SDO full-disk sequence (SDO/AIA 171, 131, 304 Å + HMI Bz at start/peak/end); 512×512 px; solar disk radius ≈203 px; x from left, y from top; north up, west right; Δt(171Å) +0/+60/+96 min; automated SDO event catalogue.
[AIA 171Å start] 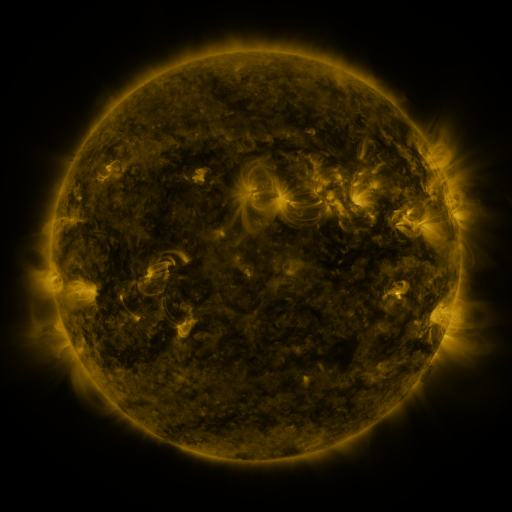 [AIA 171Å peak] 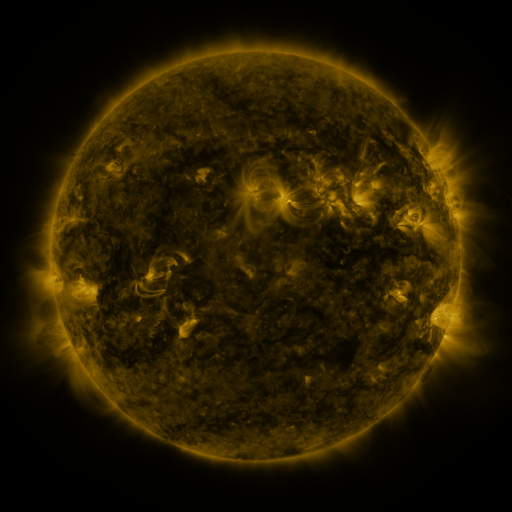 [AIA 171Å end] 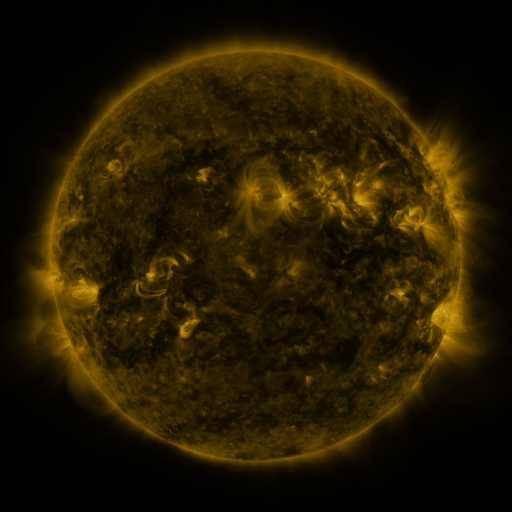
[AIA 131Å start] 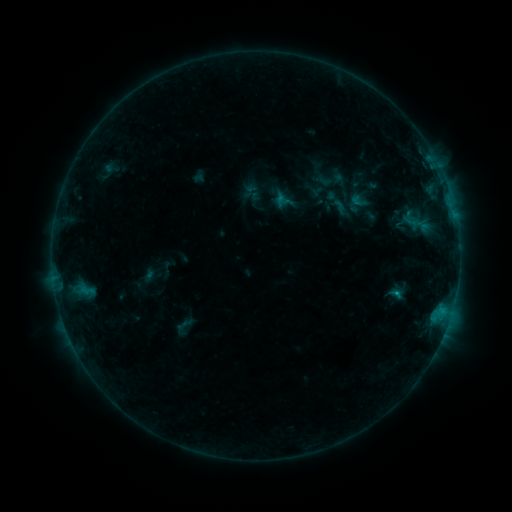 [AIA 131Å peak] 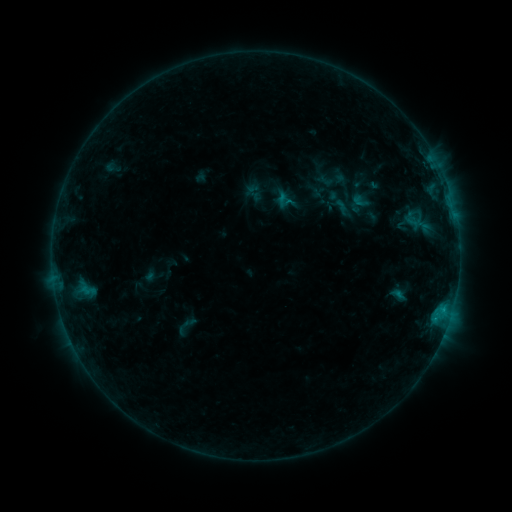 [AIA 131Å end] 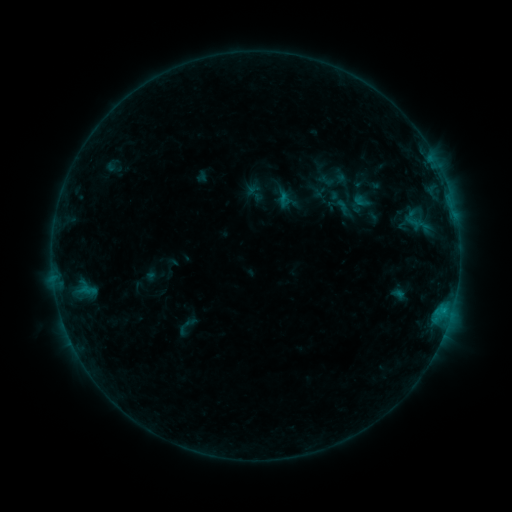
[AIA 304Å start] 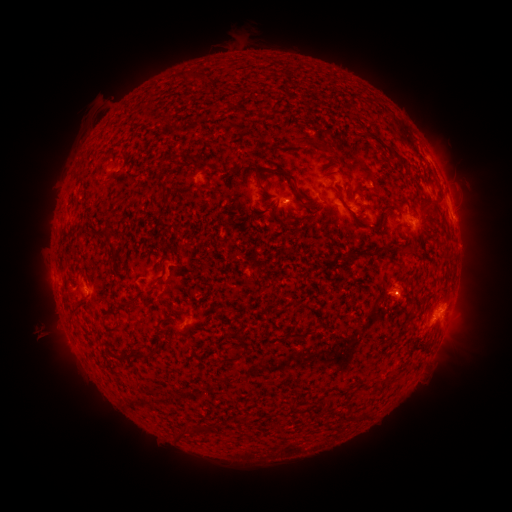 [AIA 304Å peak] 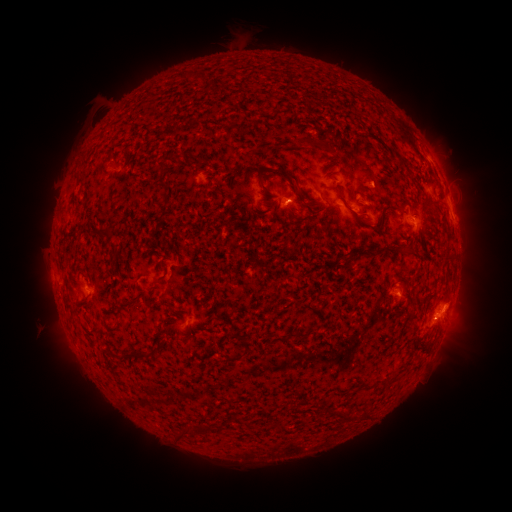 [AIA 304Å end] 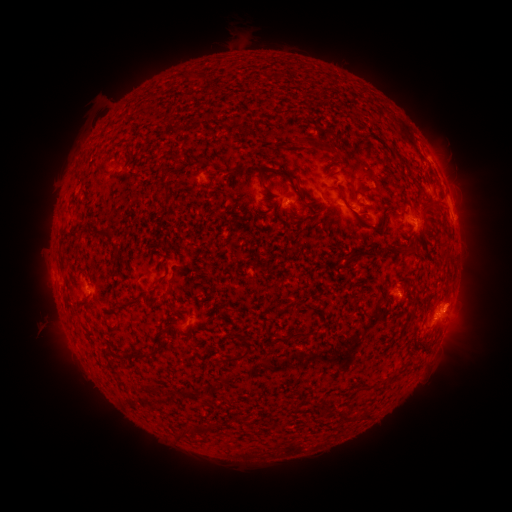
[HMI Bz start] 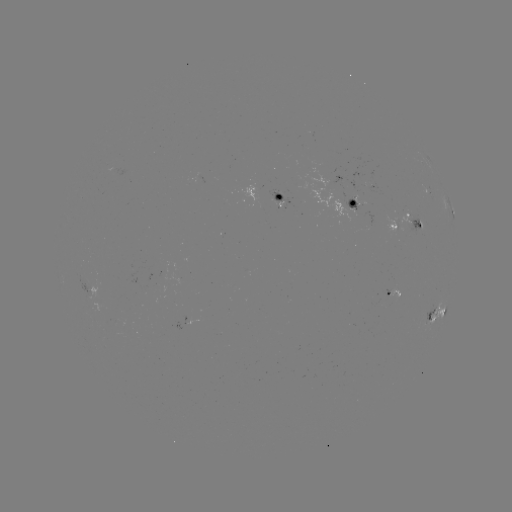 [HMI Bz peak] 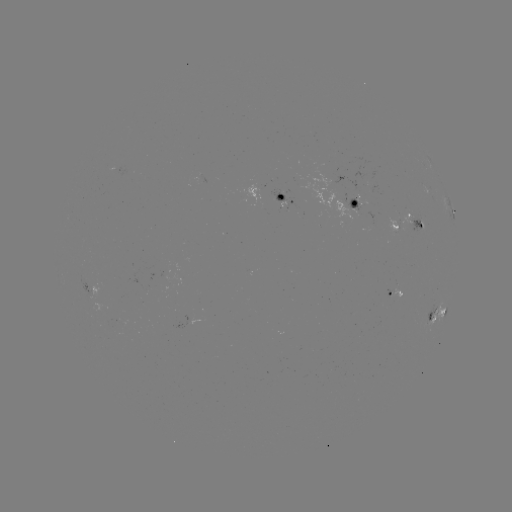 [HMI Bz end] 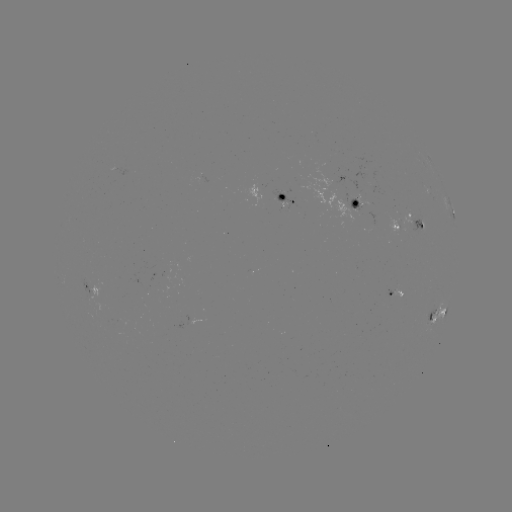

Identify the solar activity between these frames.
emerging-flux region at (365, 213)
